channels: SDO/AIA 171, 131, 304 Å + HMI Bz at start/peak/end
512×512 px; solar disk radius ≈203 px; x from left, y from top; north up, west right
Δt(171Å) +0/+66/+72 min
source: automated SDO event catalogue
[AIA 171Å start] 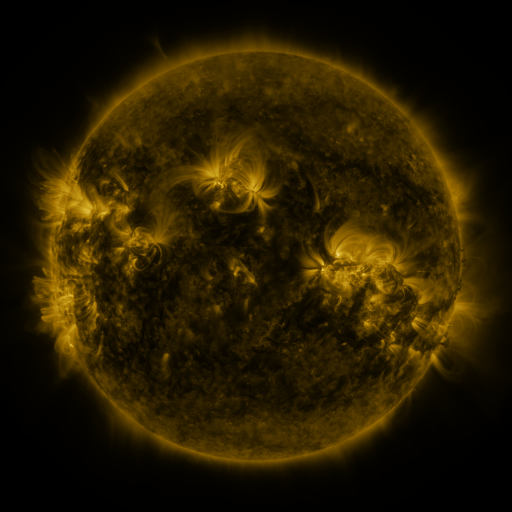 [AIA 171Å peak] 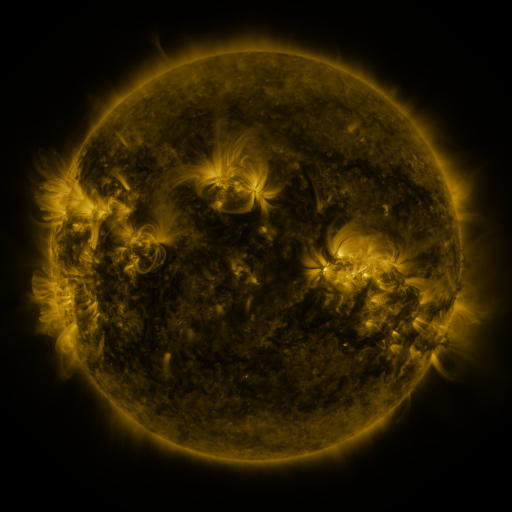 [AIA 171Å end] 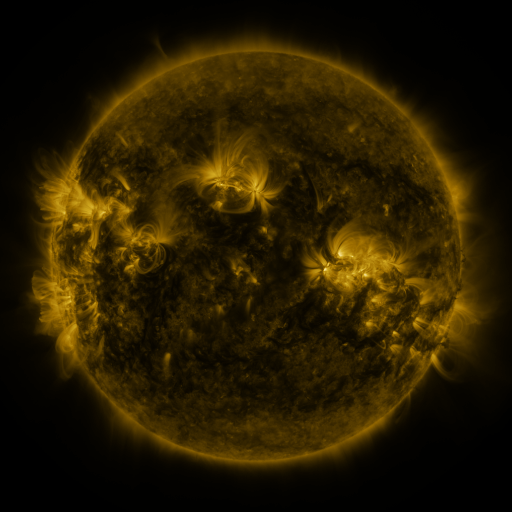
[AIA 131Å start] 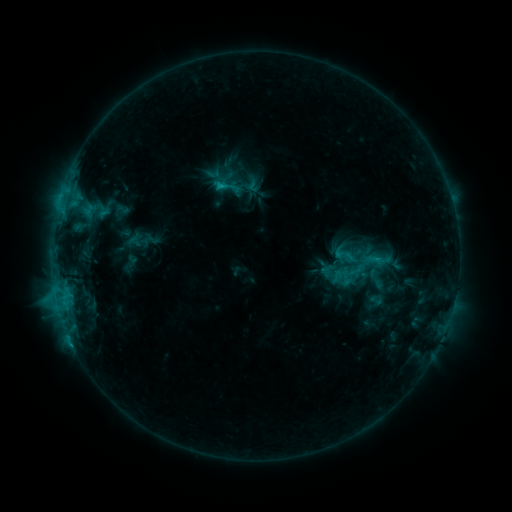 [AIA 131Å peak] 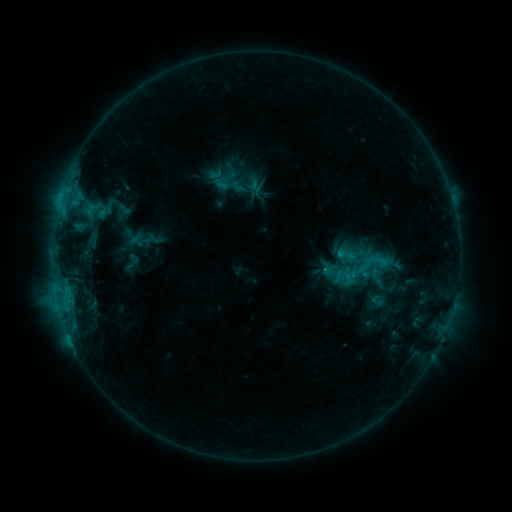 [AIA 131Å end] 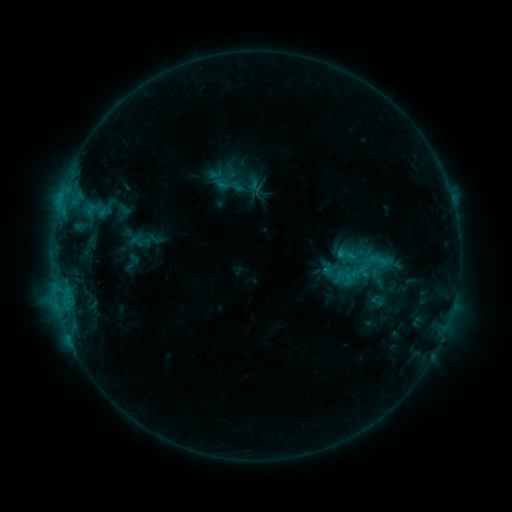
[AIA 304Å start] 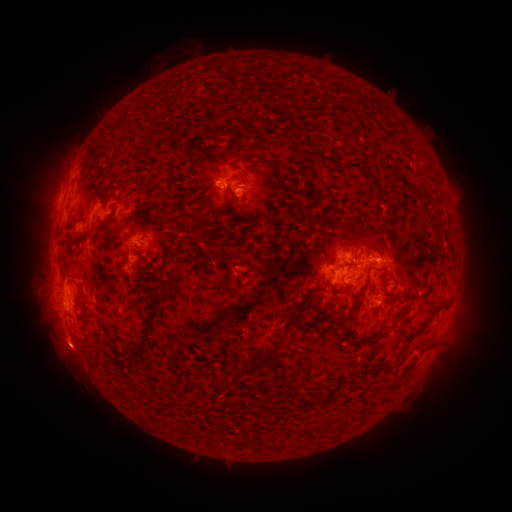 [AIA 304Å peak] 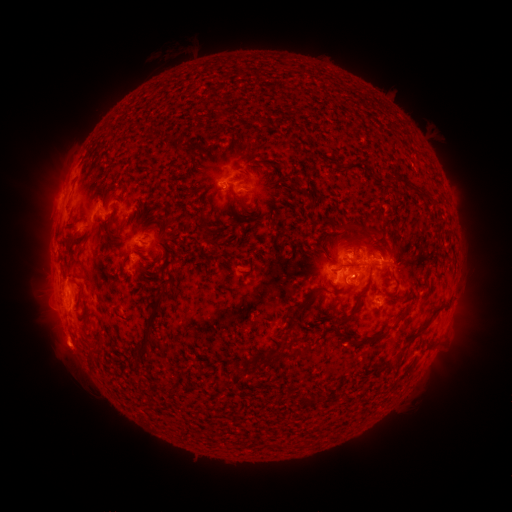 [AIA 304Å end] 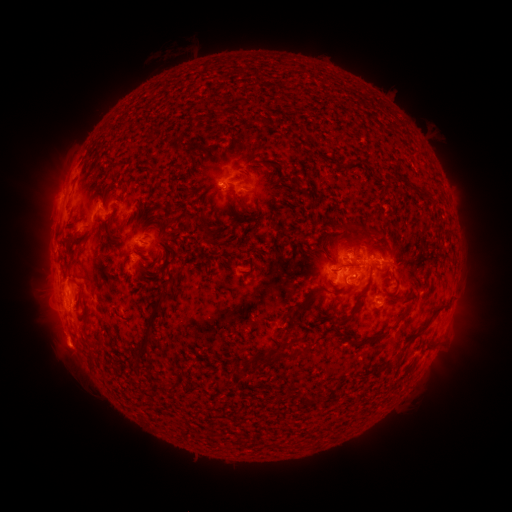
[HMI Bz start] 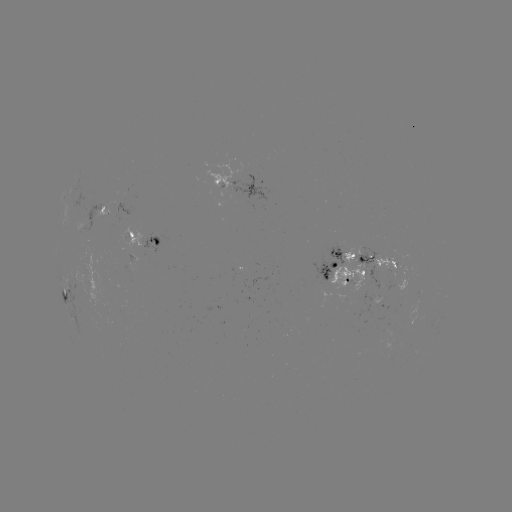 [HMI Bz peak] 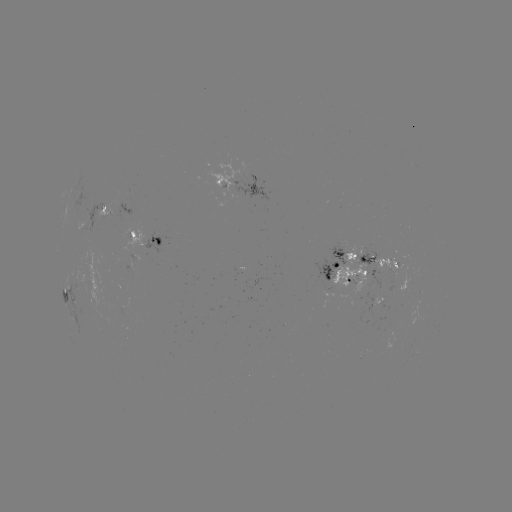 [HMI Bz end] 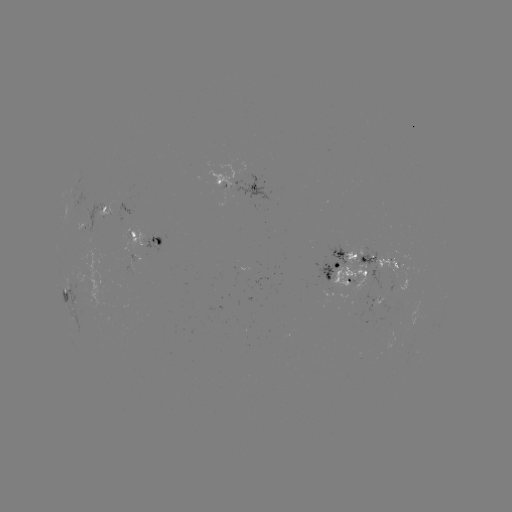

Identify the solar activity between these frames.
emerging-flux region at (372, 302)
